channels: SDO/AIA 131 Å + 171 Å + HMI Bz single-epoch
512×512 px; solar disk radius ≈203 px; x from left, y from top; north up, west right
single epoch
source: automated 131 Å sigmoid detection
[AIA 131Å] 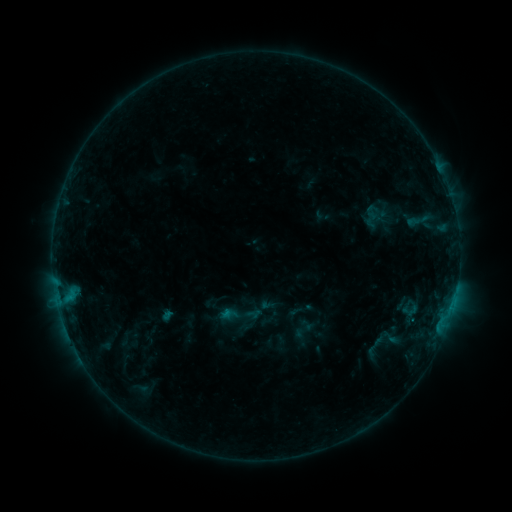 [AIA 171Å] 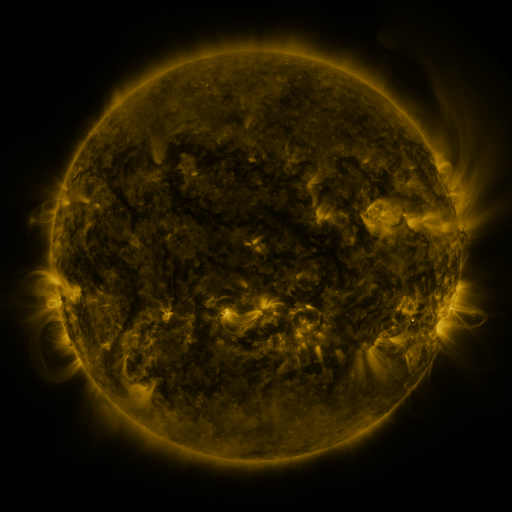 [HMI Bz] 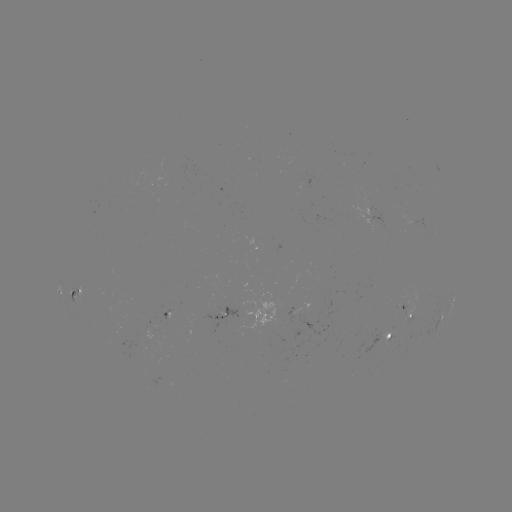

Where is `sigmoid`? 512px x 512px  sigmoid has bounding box [380, 327, 400, 348].